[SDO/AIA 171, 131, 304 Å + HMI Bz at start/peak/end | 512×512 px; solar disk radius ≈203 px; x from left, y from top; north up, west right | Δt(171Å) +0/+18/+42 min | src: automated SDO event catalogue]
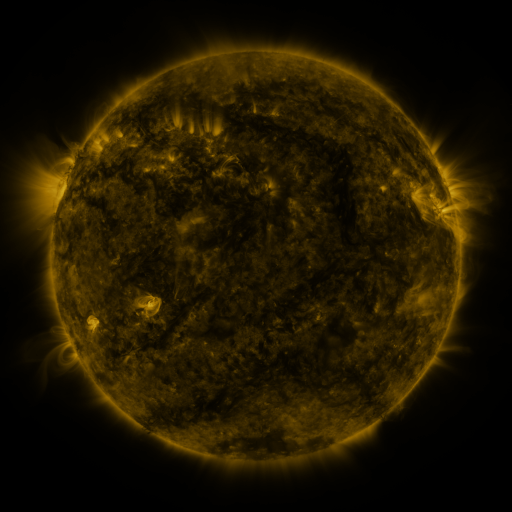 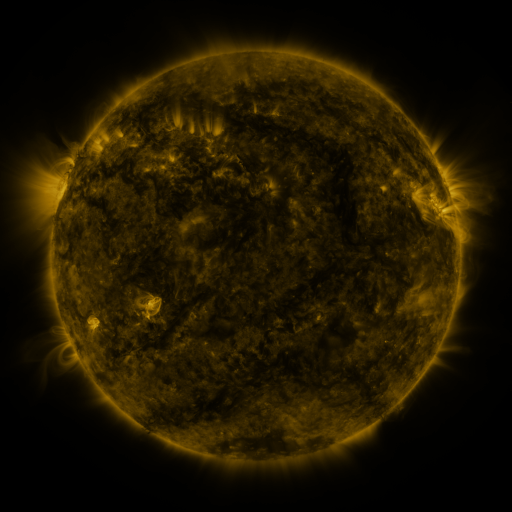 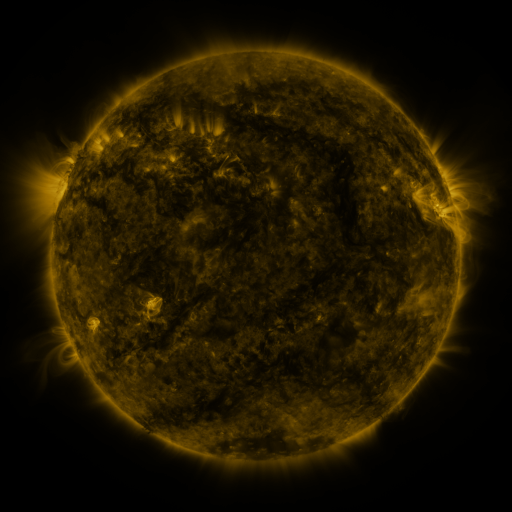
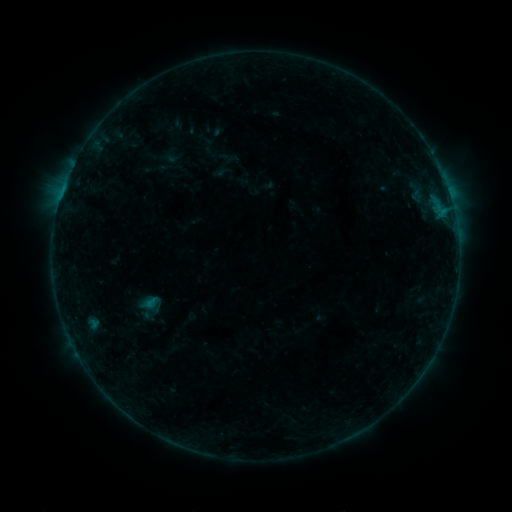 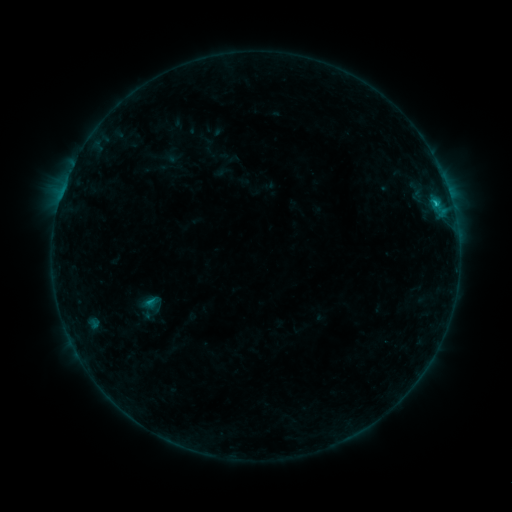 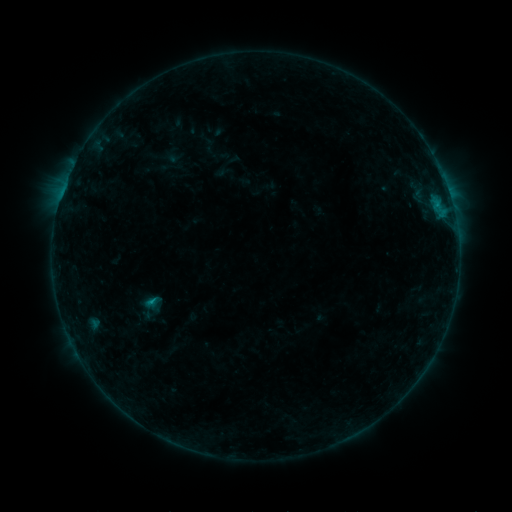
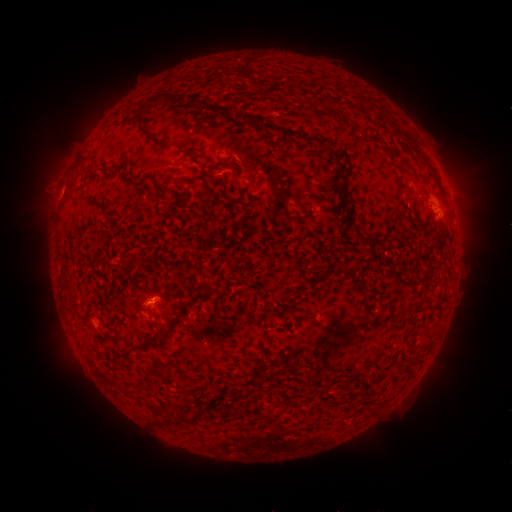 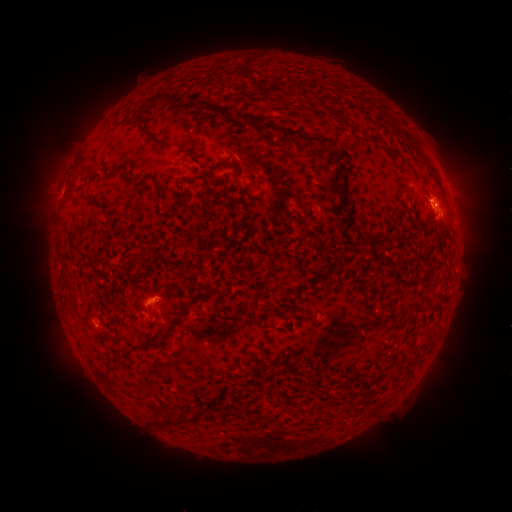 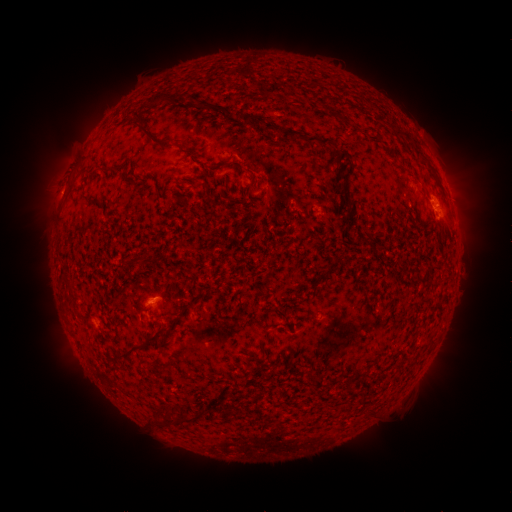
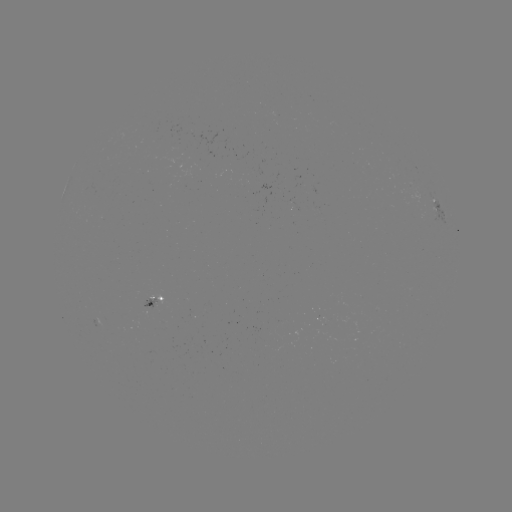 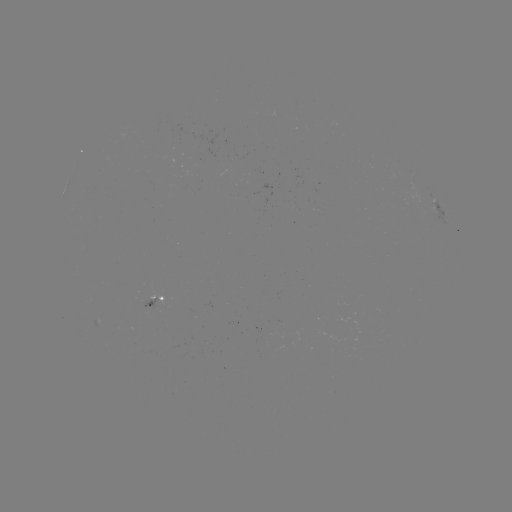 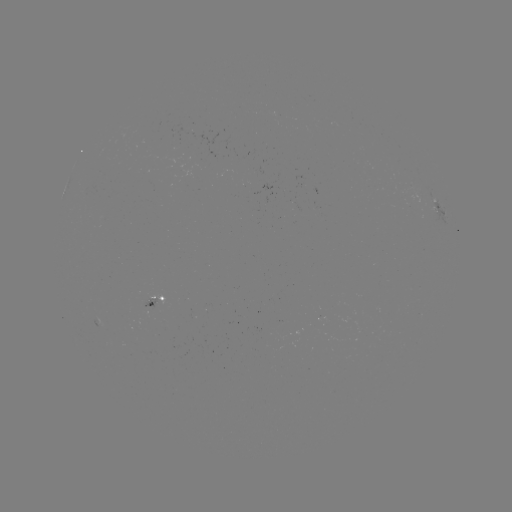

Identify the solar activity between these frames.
C1.2 flare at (434, 204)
